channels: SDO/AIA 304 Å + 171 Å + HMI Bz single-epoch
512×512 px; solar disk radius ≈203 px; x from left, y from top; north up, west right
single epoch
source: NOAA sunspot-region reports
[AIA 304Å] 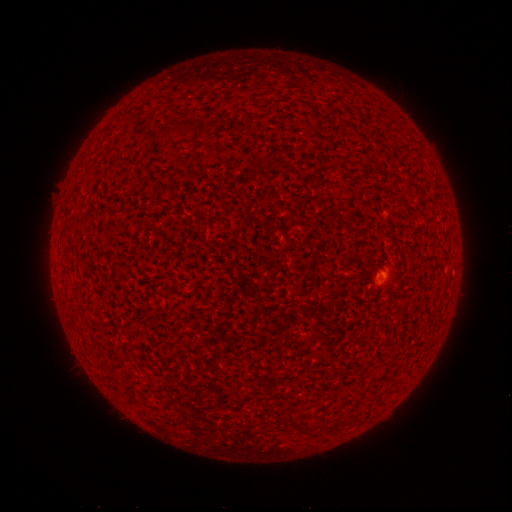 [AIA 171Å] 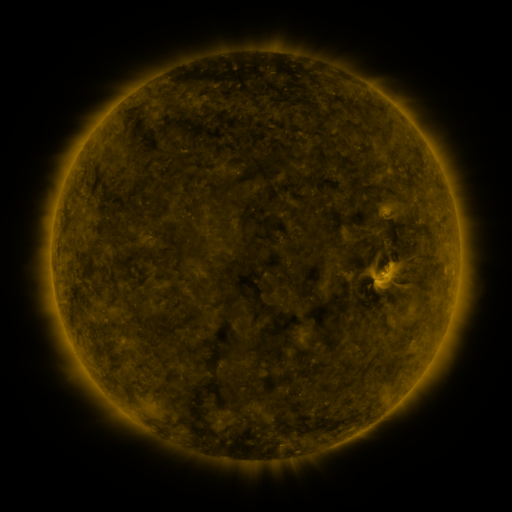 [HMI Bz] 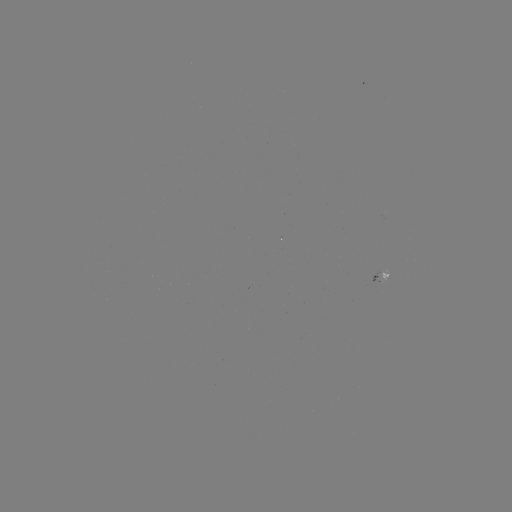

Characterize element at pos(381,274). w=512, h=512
spotted active region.